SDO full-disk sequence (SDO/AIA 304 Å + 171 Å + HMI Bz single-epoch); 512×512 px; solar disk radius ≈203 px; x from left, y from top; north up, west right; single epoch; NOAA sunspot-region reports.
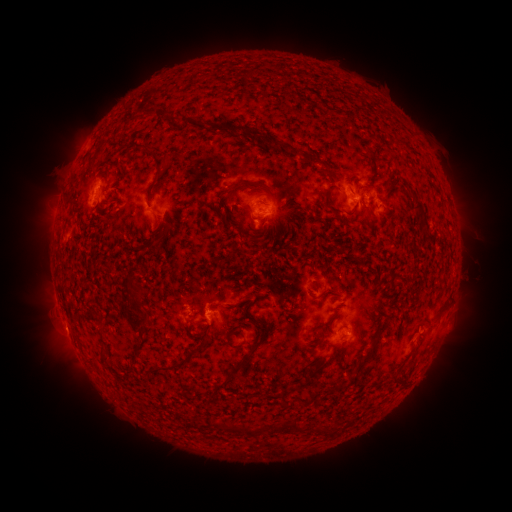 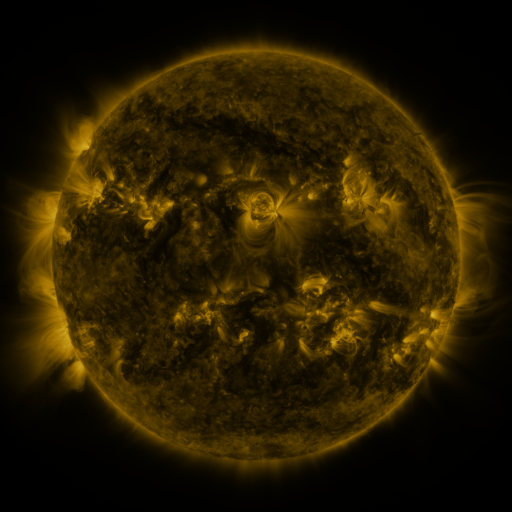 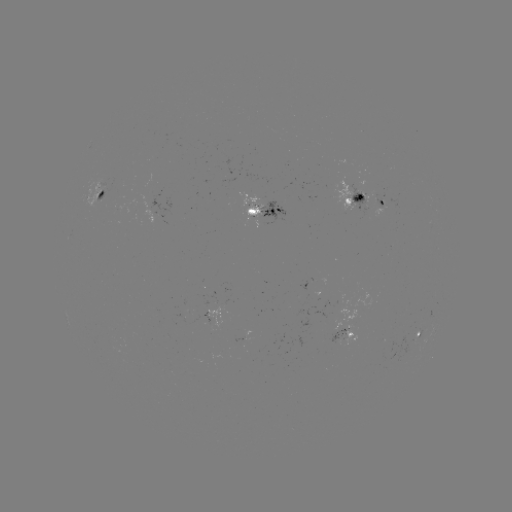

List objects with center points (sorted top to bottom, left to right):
spotted active region: (97, 195)
spotted active region: (354, 197)
spotted active region: (379, 197)
spotted active region: (266, 213)
spotted active region: (435, 330)
spotted active region: (421, 332)
spotted active region: (346, 333)
